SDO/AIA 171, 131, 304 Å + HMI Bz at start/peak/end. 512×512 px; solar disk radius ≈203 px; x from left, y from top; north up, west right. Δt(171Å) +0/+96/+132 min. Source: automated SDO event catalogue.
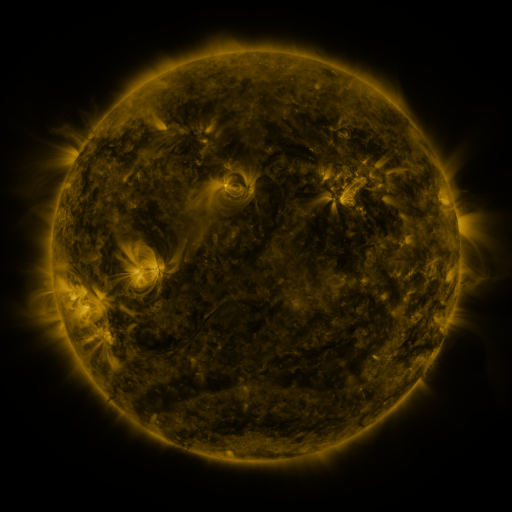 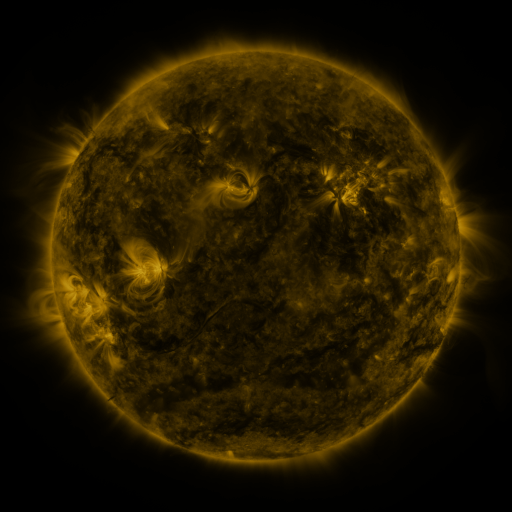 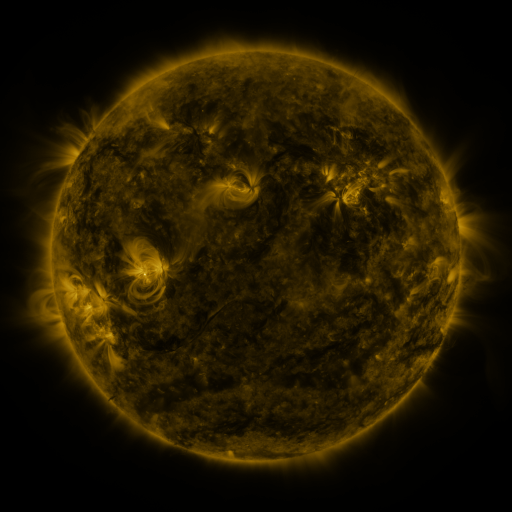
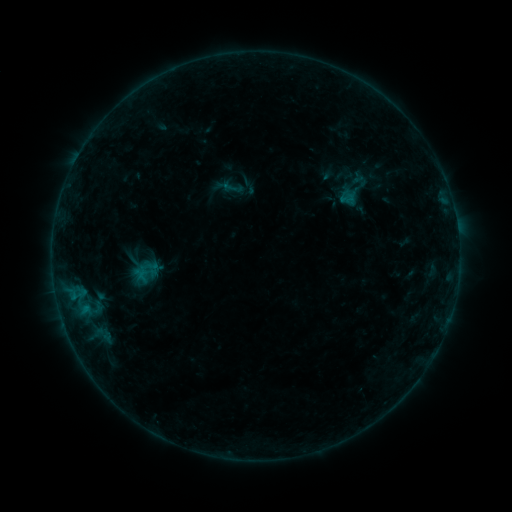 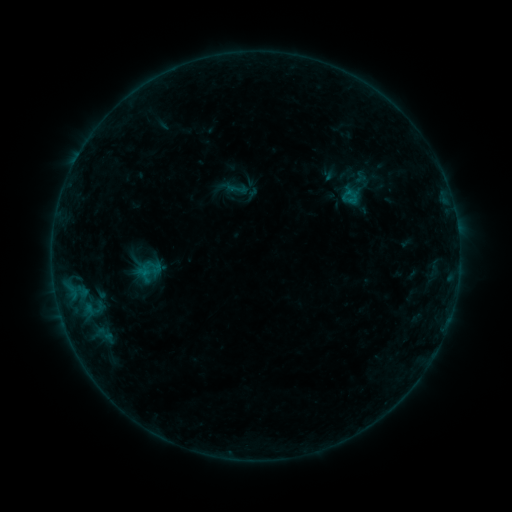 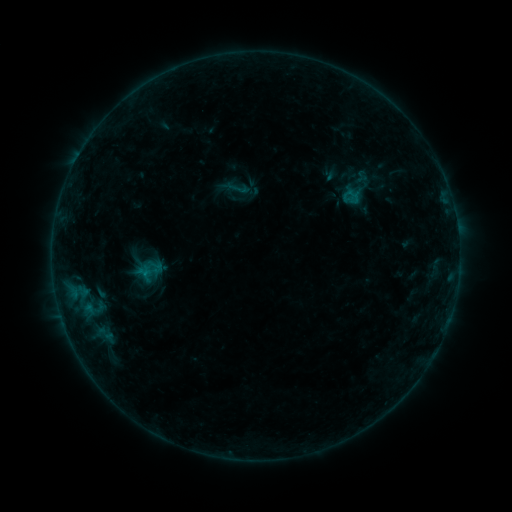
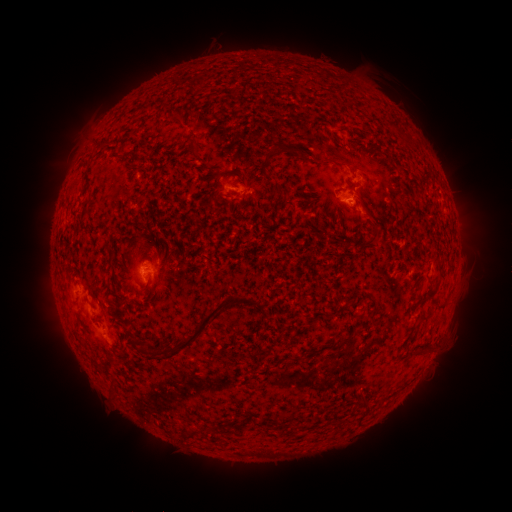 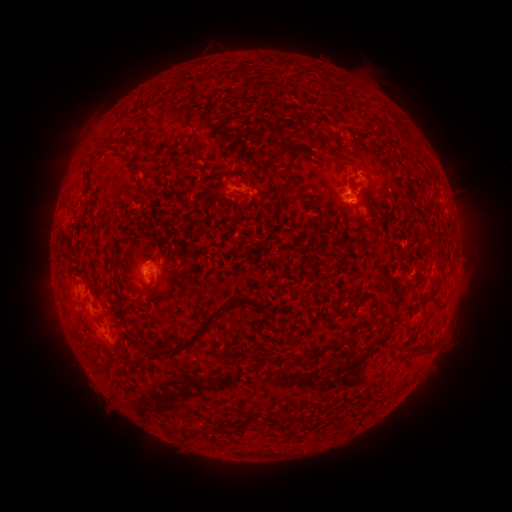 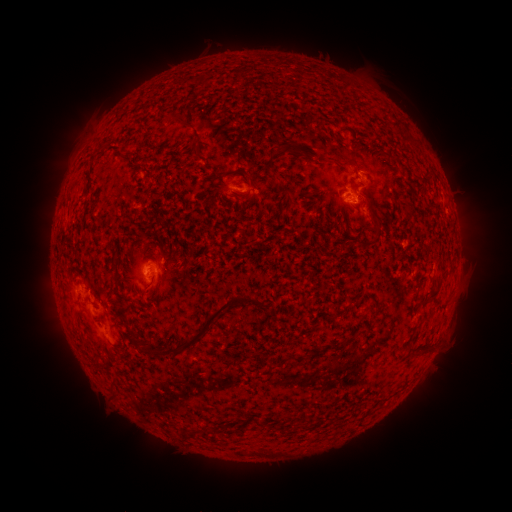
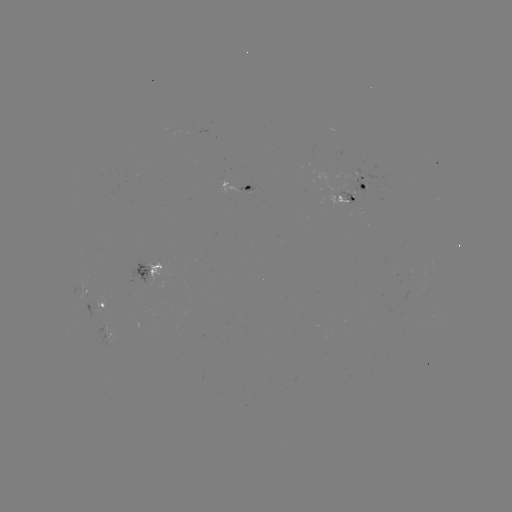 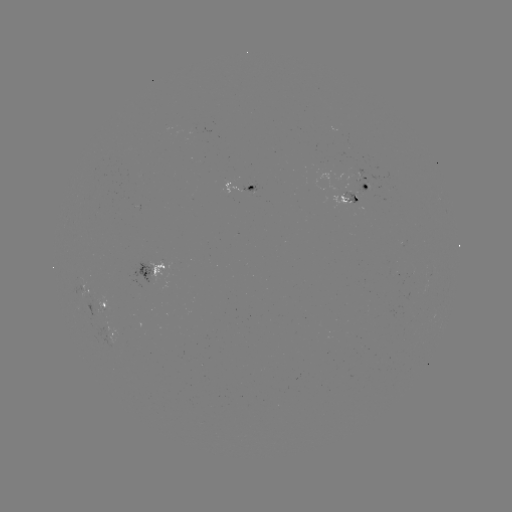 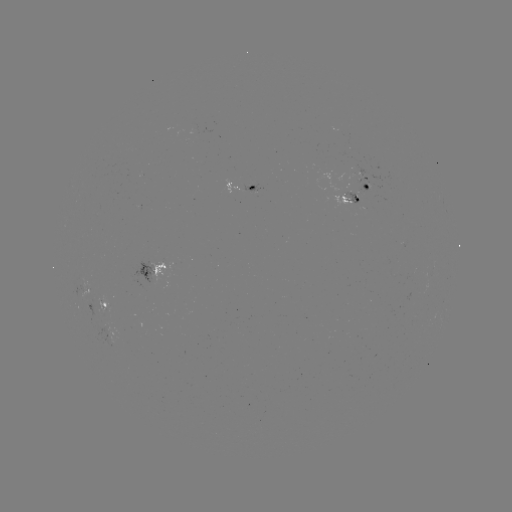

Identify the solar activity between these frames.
emerging-flux region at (105, 329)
